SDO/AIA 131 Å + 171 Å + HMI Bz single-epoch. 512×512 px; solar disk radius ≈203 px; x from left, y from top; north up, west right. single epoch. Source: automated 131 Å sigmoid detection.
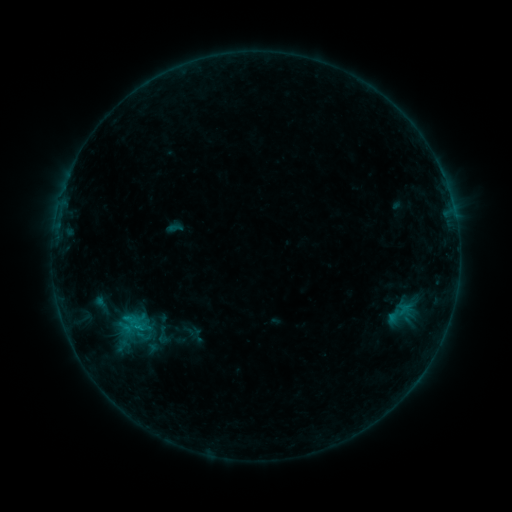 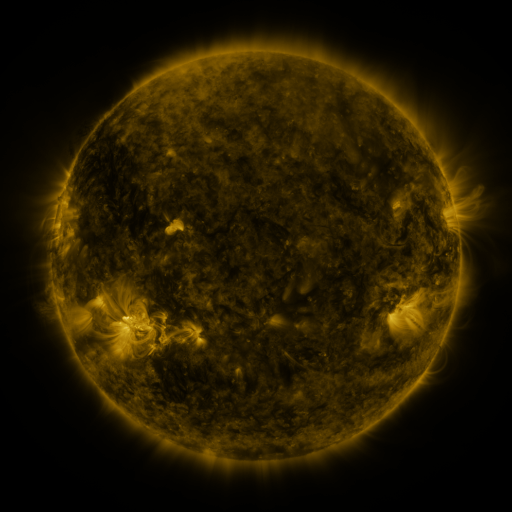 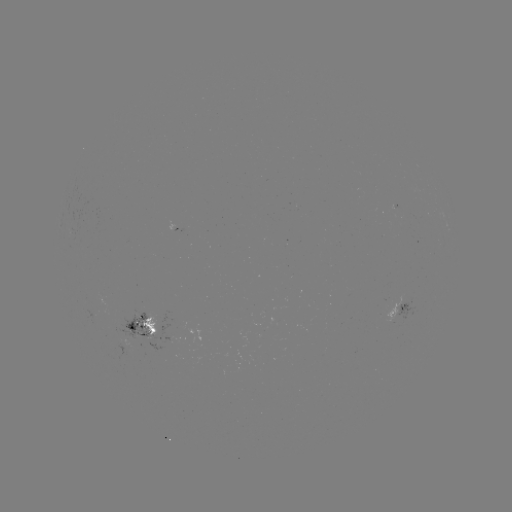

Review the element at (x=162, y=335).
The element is sigmoid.